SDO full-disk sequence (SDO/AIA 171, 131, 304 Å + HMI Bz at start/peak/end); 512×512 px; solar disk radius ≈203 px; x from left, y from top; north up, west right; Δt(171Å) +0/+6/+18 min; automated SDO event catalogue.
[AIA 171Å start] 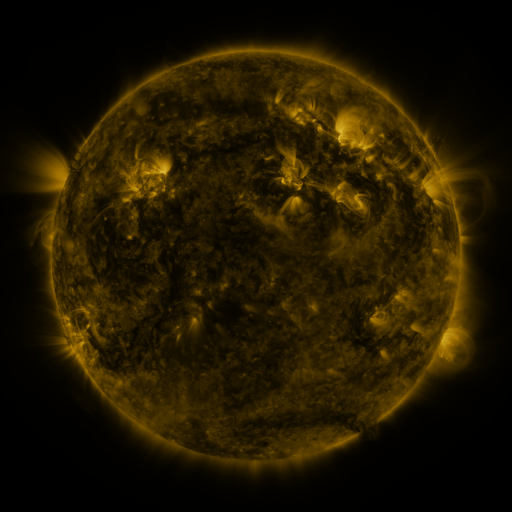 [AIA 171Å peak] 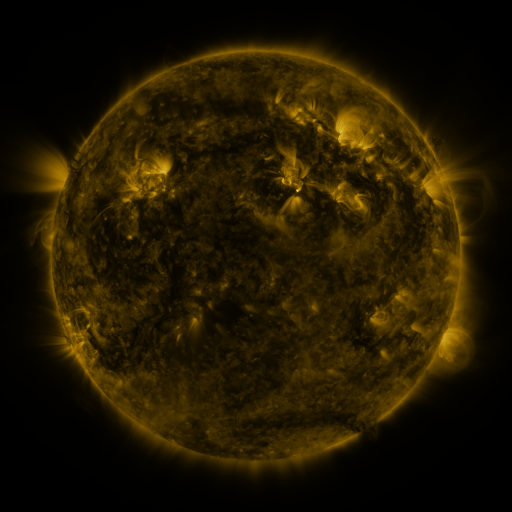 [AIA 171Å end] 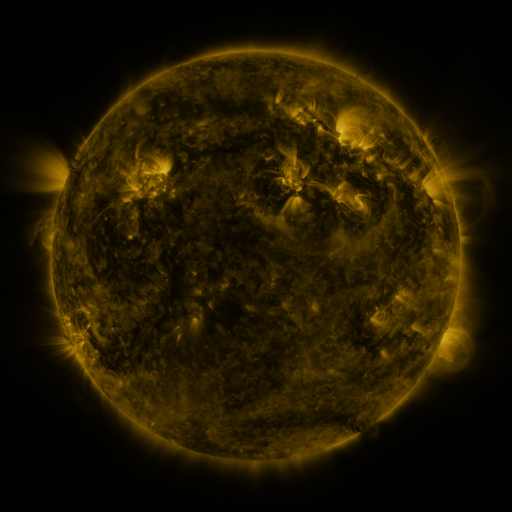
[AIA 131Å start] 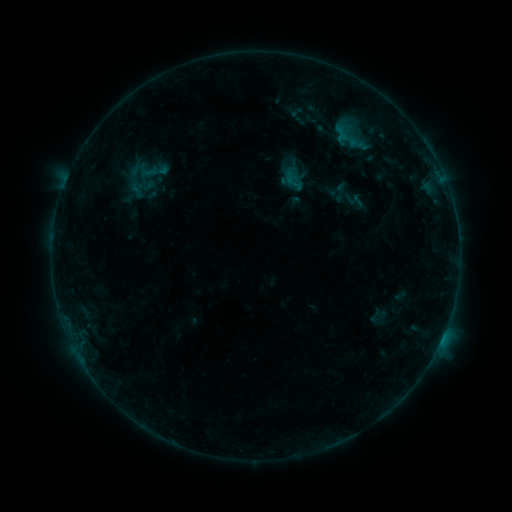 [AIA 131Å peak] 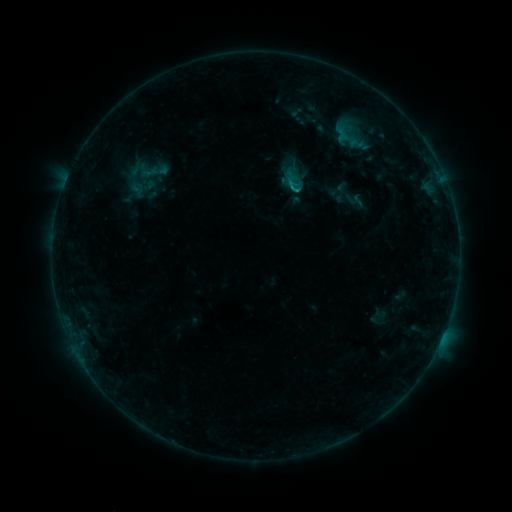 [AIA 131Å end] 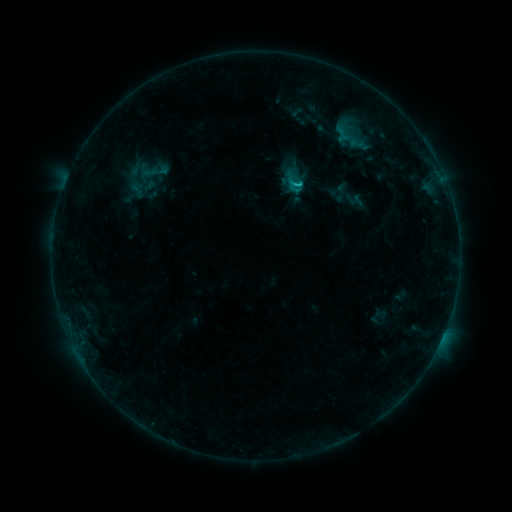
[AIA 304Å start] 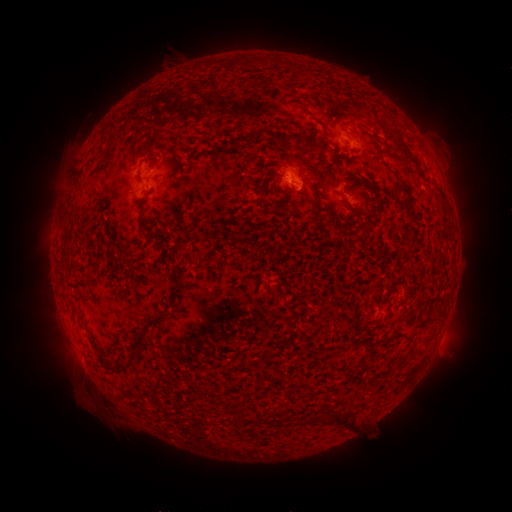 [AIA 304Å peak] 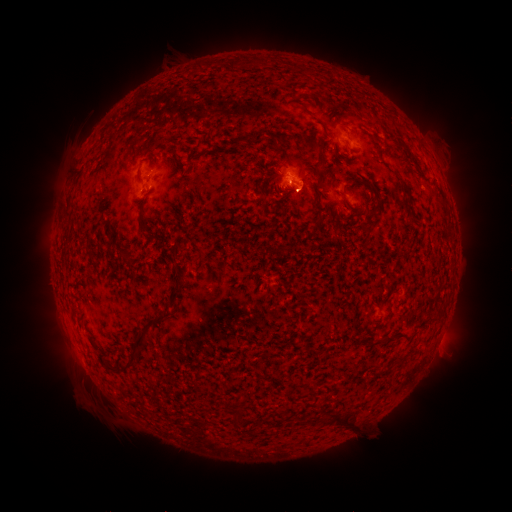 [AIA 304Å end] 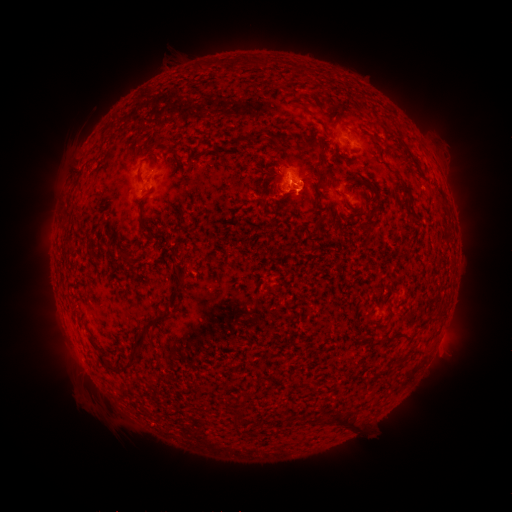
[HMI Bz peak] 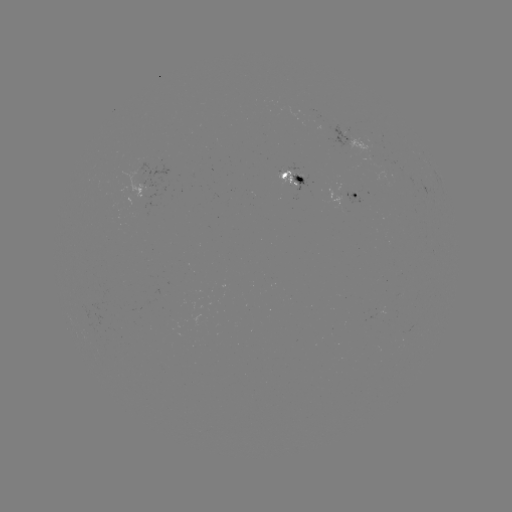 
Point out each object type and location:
B9.3 flare: (290, 189)
